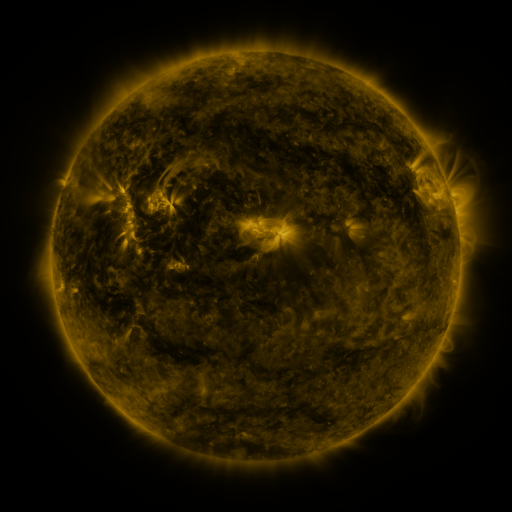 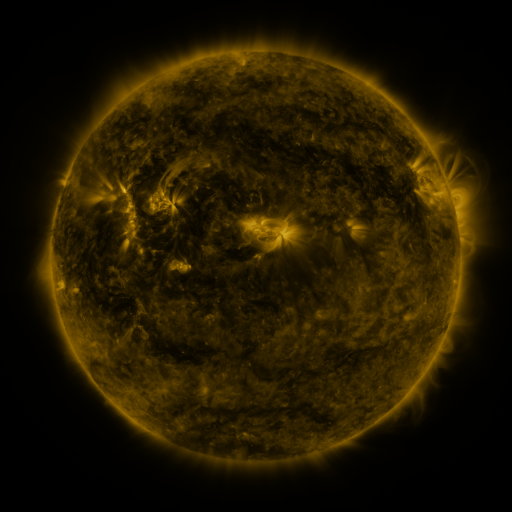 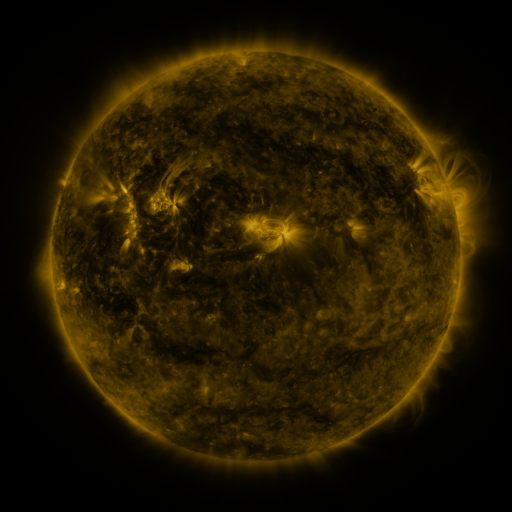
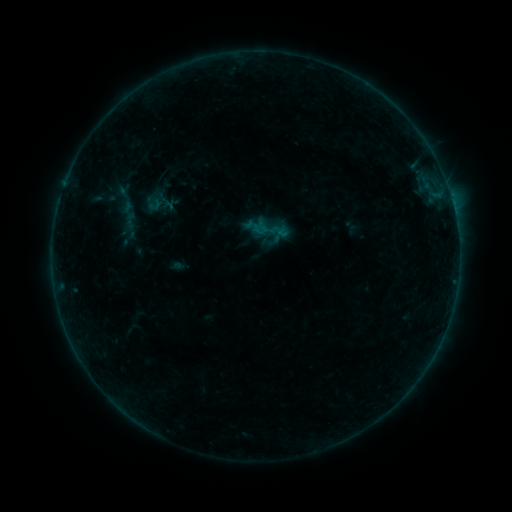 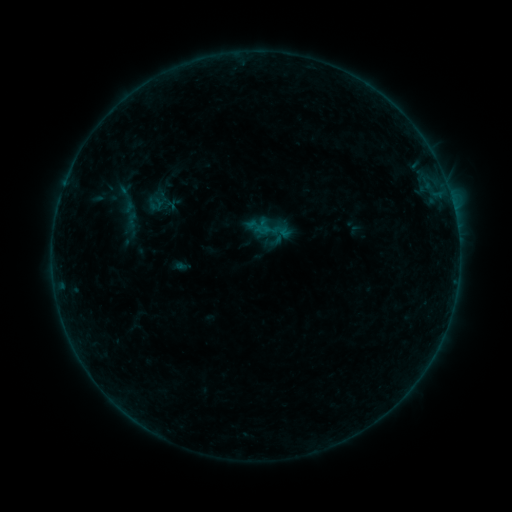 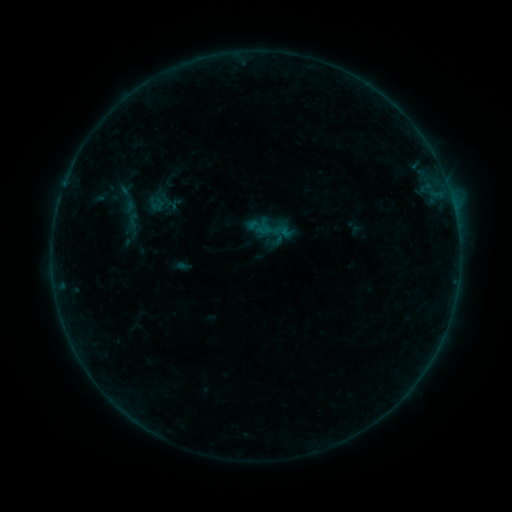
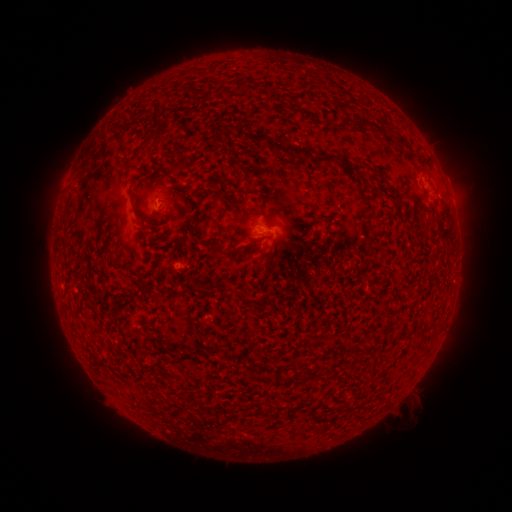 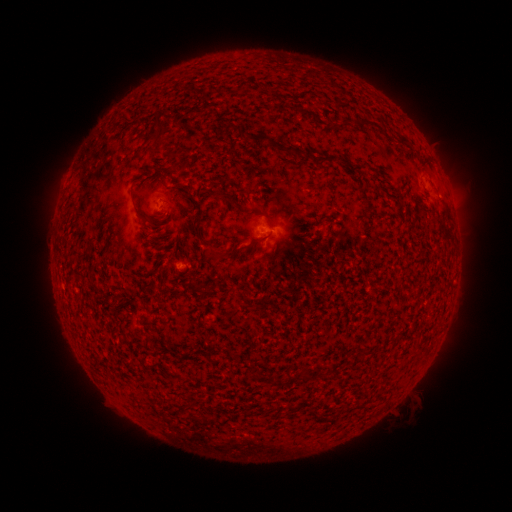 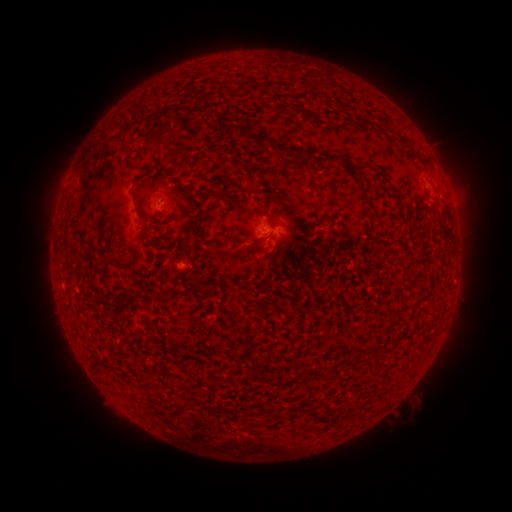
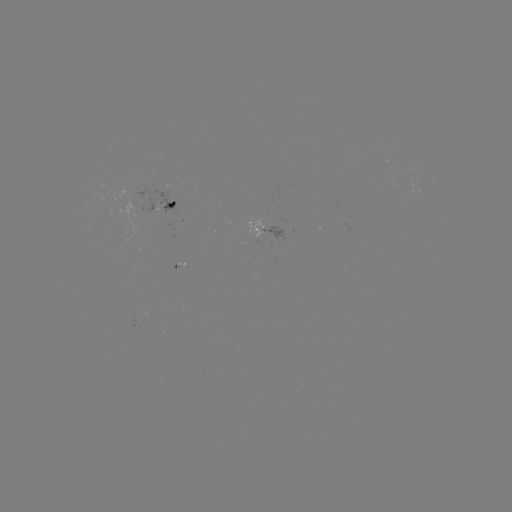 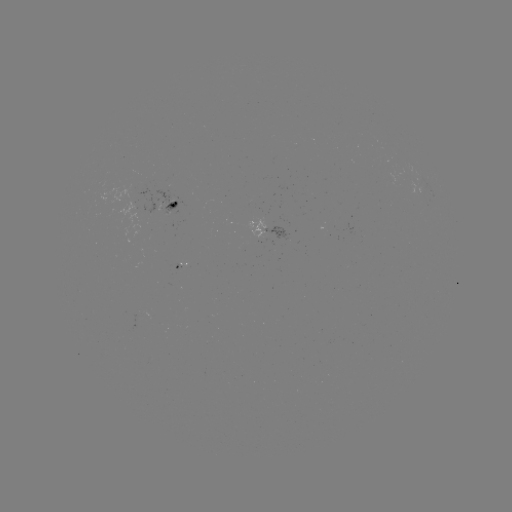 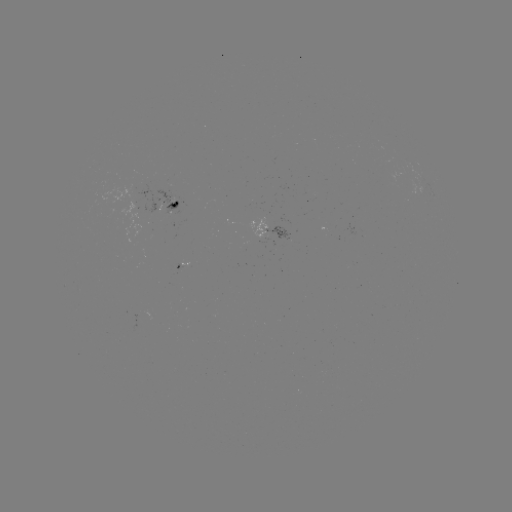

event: emerging-flux region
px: (136, 318)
